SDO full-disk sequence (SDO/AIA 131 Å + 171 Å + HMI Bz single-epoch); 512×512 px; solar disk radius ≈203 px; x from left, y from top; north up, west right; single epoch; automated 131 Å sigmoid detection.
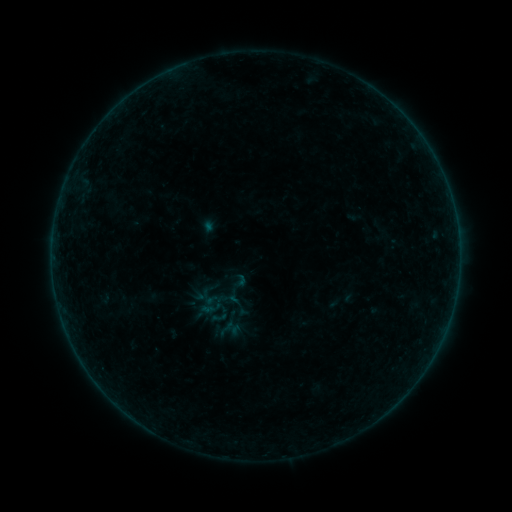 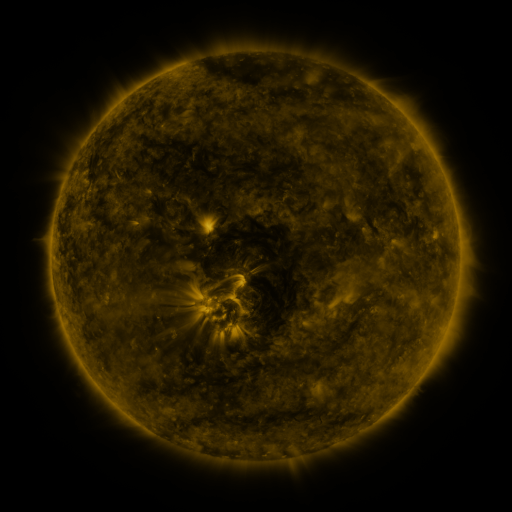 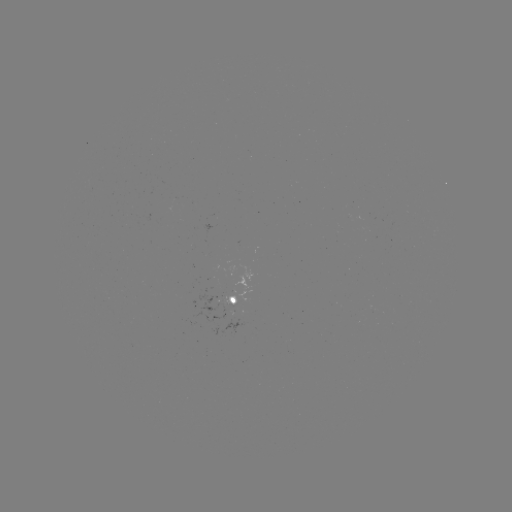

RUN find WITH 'sigmoid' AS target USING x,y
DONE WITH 211,305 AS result